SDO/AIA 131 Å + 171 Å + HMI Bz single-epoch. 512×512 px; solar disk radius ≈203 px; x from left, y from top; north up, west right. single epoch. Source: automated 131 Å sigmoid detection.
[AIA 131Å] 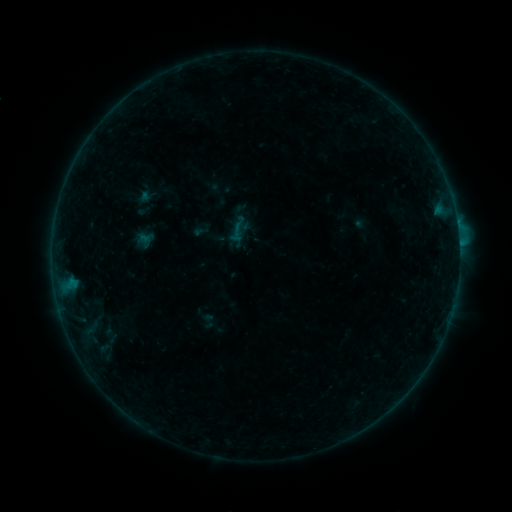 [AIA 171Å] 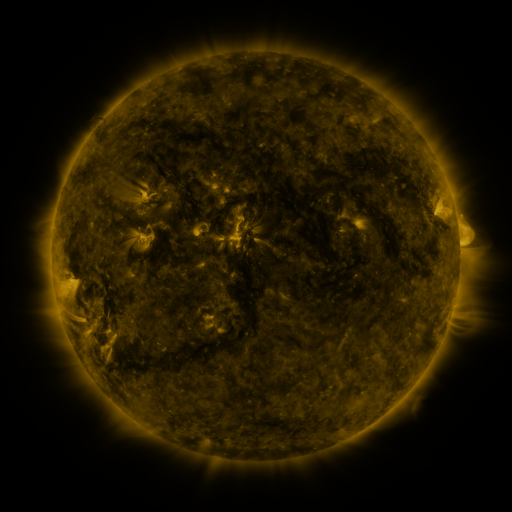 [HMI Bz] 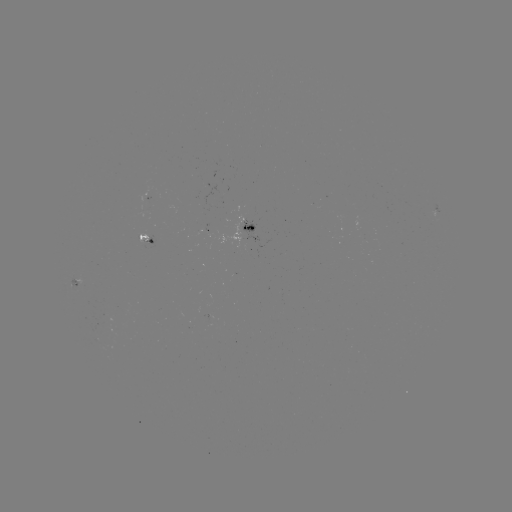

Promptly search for sigmoid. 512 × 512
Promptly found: [237, 232].